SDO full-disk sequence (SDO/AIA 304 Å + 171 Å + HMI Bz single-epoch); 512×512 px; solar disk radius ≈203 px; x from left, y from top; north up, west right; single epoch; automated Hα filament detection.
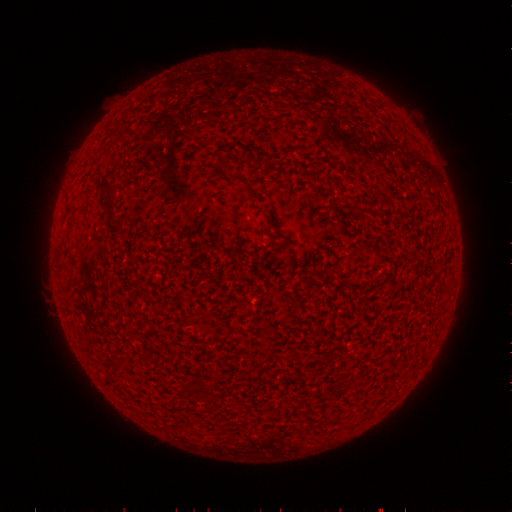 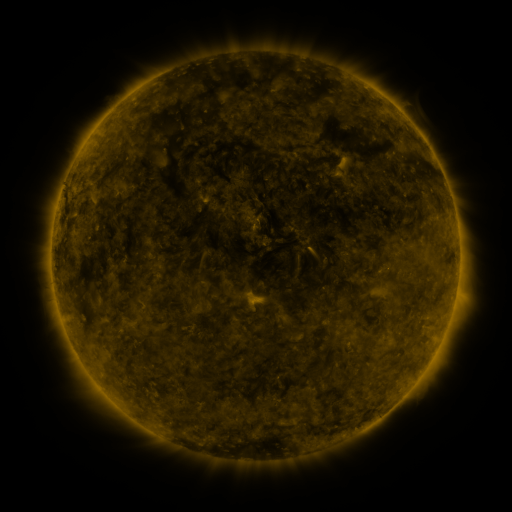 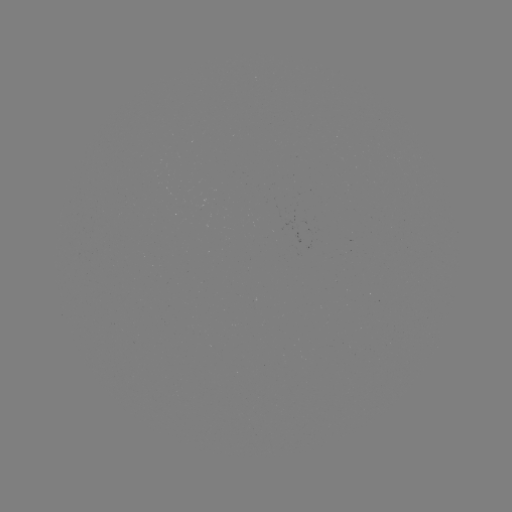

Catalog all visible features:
filament: (228, 174, 250, 189)
filament: (102, 183, 113, 193)
filament: (247, 189, 260, 201)
filament: (348, 203, 378, 215)
